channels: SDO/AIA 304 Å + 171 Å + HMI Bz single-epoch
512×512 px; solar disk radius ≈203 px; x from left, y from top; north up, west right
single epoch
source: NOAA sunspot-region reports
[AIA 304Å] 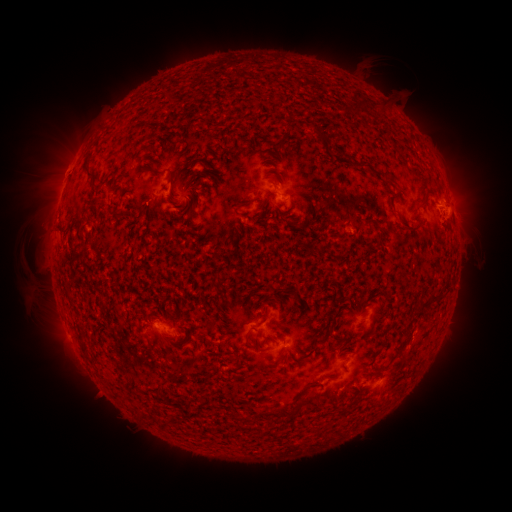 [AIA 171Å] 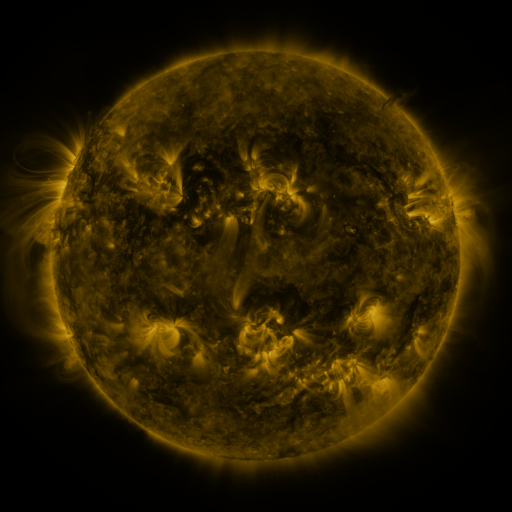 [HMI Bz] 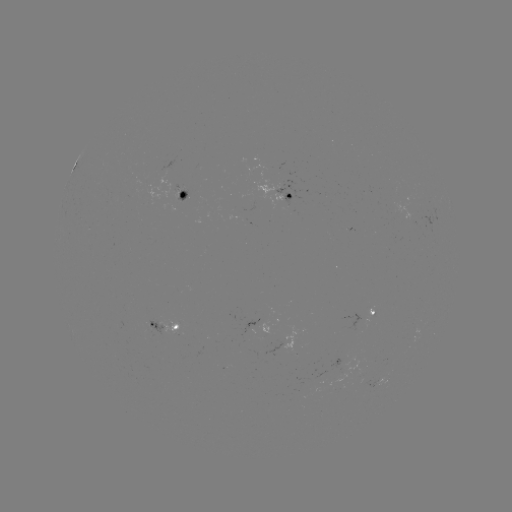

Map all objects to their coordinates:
spotted active region: (188, 196)
spotted active region: (292, 200)
spotted active region: (372, 319)
spotted active region: (163, 327)
spotted active region: (387, 380)
